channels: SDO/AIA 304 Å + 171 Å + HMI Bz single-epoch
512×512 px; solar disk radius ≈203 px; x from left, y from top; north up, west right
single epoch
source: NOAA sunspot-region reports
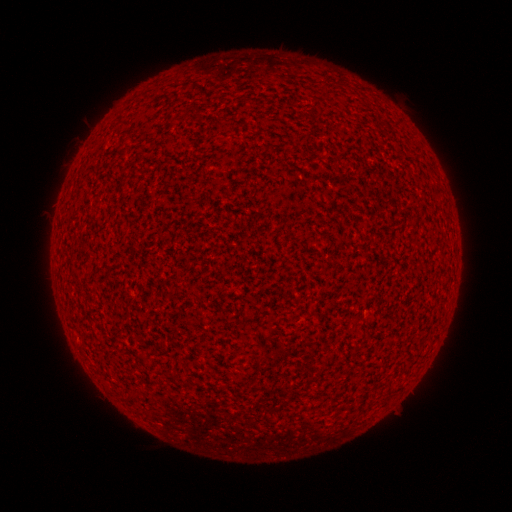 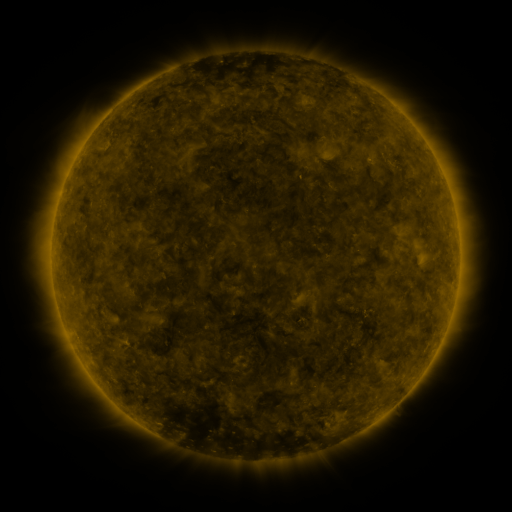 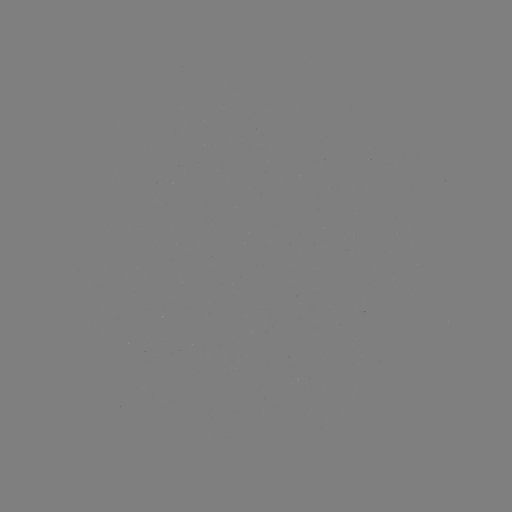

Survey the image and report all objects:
(none)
